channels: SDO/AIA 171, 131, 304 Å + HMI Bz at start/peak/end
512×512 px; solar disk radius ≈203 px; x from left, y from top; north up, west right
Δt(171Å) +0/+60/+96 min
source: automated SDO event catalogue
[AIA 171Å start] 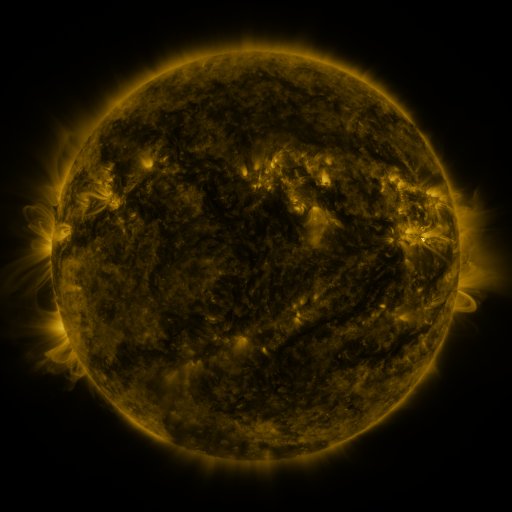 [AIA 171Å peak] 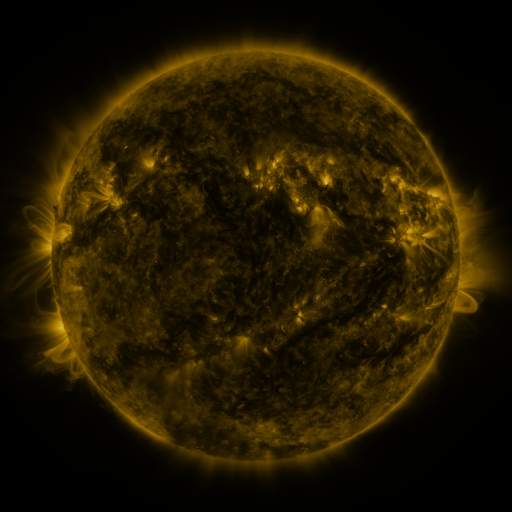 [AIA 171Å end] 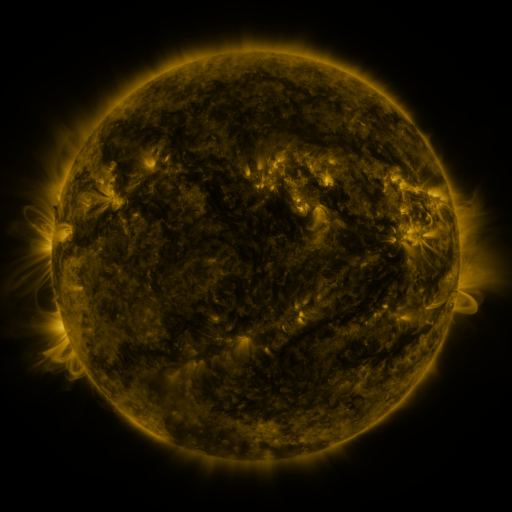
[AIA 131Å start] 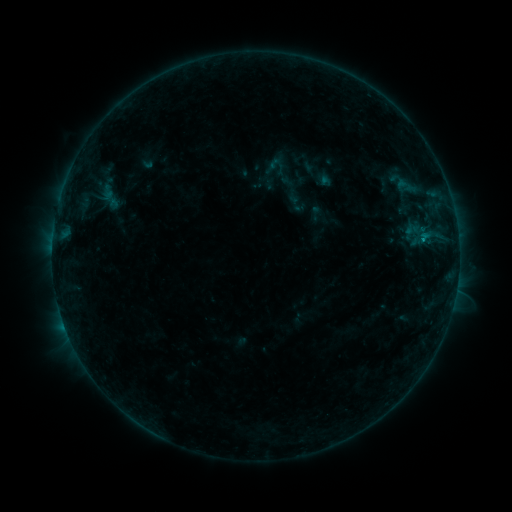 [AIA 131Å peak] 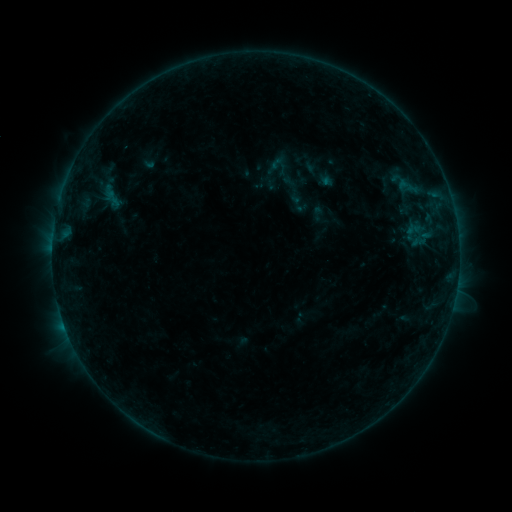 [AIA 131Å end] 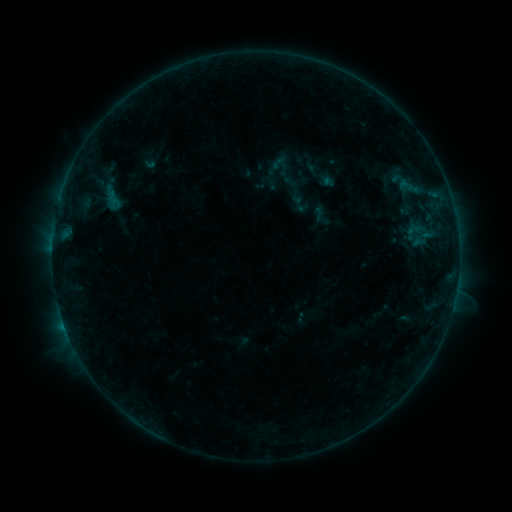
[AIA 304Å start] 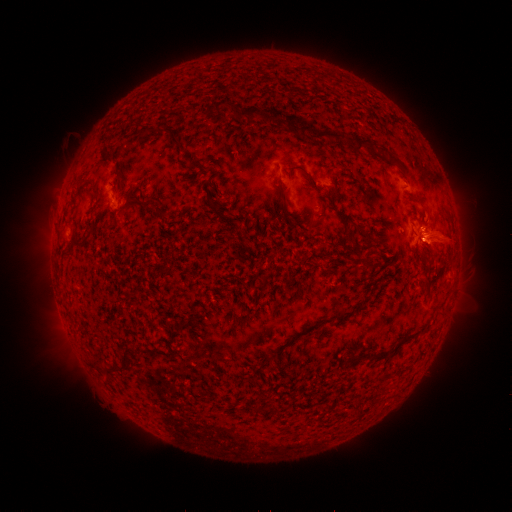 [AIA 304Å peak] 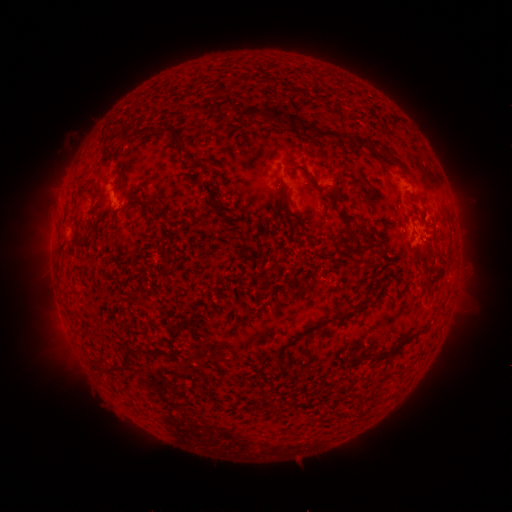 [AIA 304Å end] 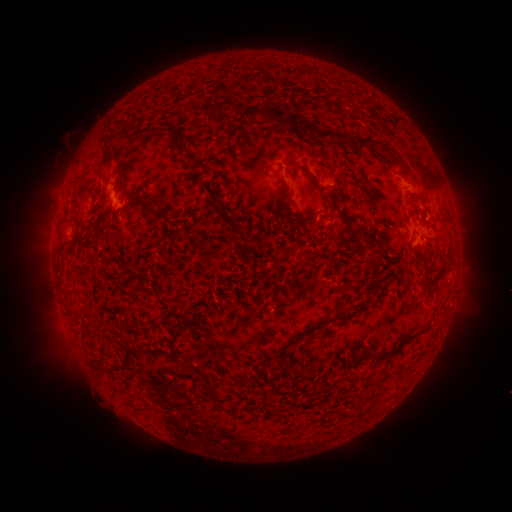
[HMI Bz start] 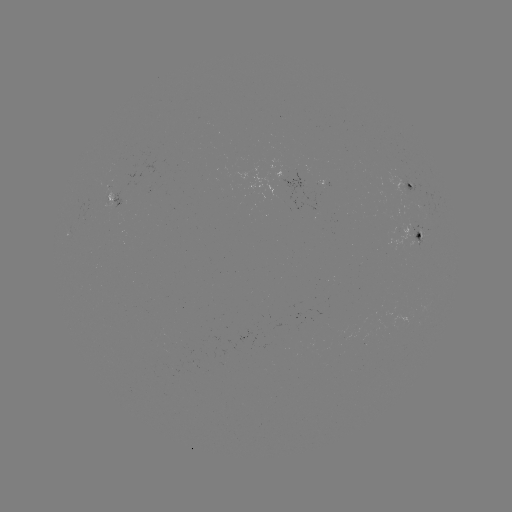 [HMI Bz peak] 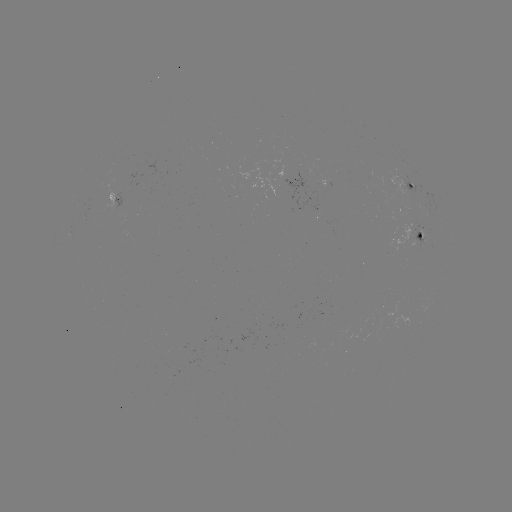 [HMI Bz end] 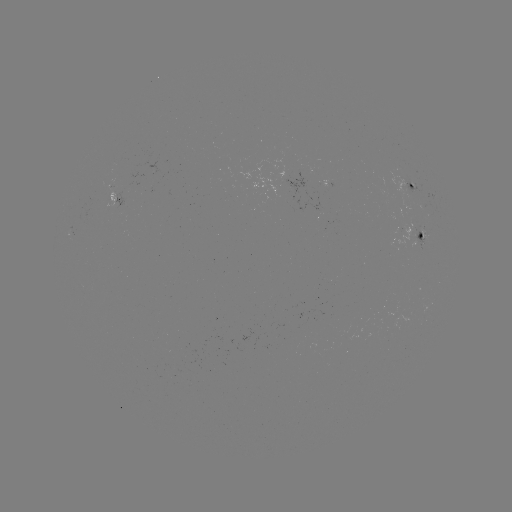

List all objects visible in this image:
emerging-flux region: (329, 184)
